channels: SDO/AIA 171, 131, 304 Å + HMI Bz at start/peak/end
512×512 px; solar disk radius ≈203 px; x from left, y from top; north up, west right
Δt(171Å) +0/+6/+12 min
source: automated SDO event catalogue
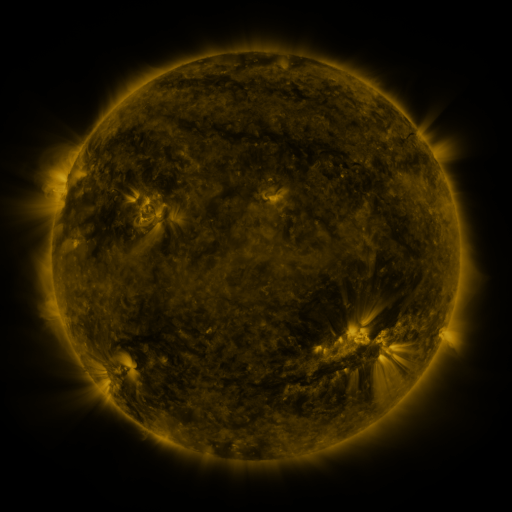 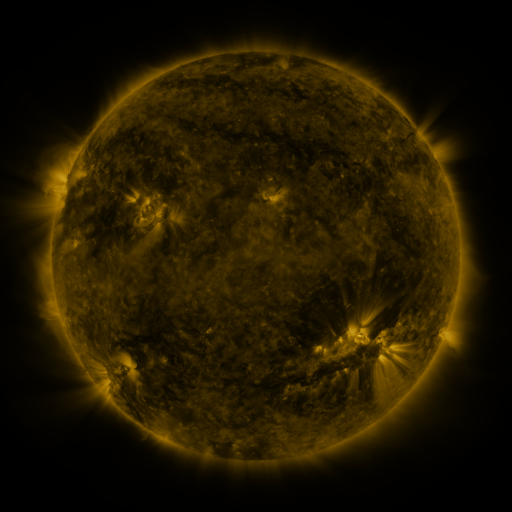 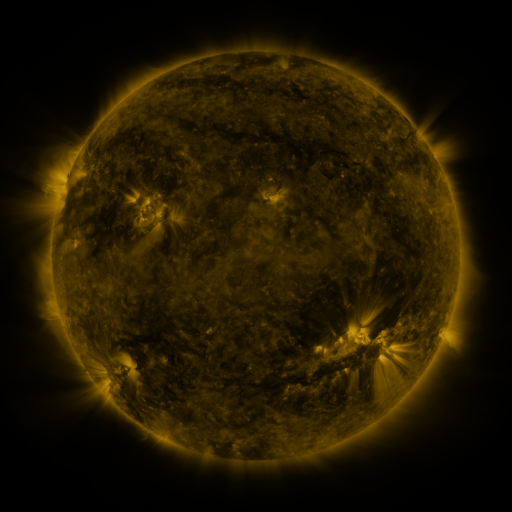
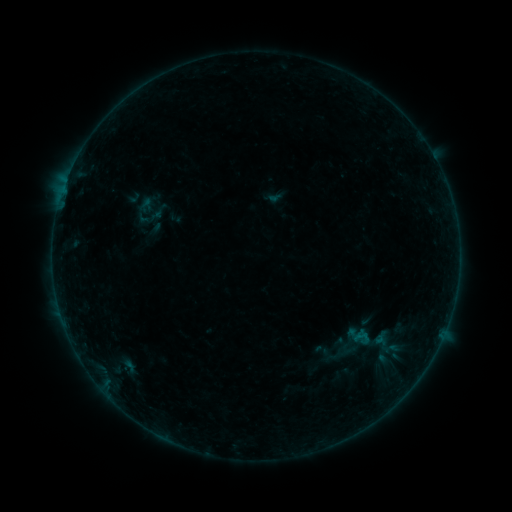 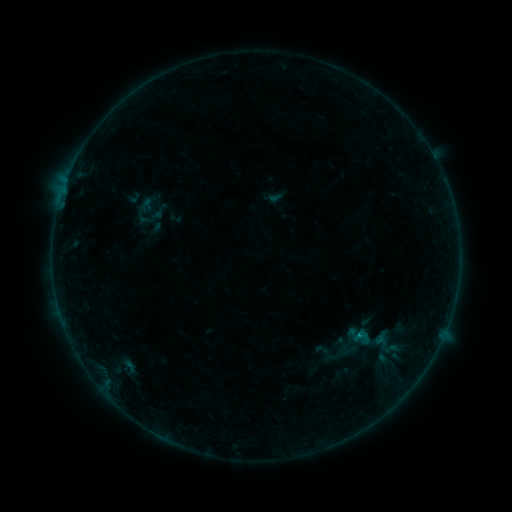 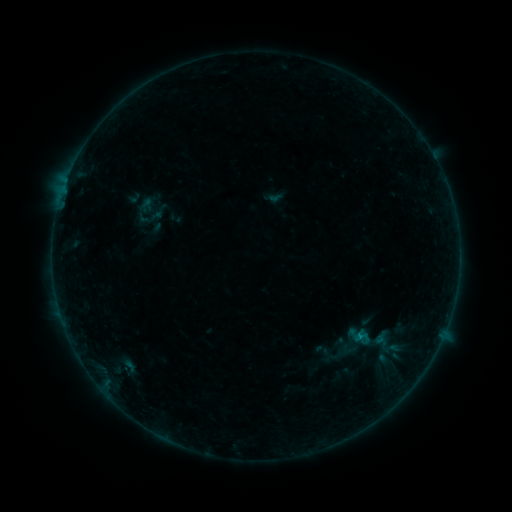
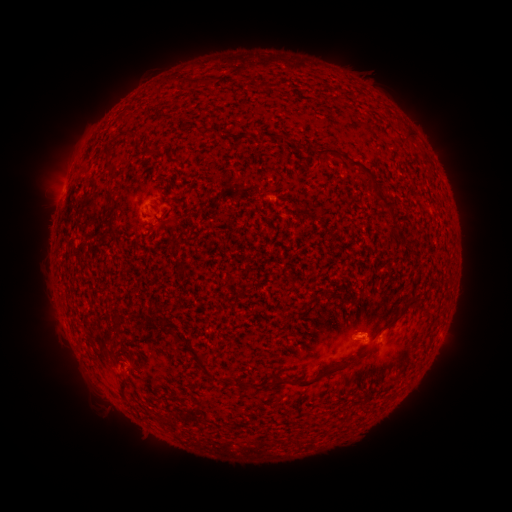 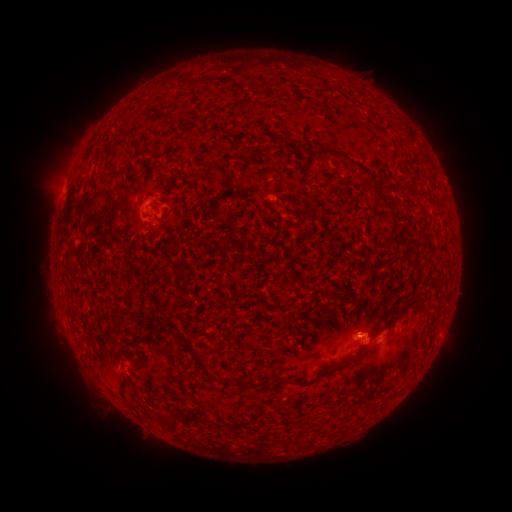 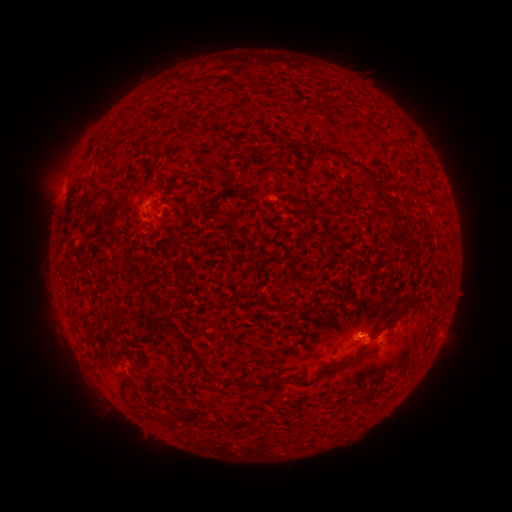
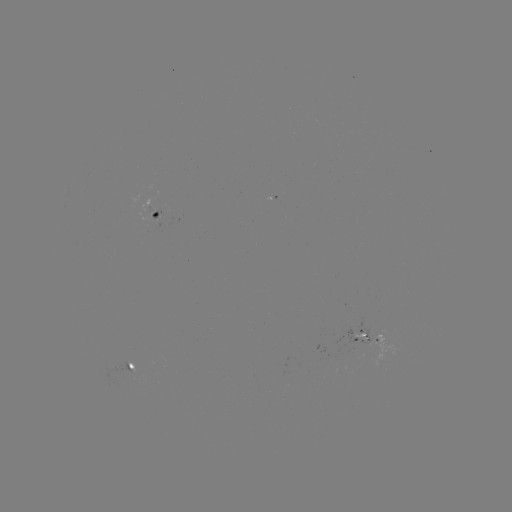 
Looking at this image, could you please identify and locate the B1.7 flare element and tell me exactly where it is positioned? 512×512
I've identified B1.7 flare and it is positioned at [364, 334].